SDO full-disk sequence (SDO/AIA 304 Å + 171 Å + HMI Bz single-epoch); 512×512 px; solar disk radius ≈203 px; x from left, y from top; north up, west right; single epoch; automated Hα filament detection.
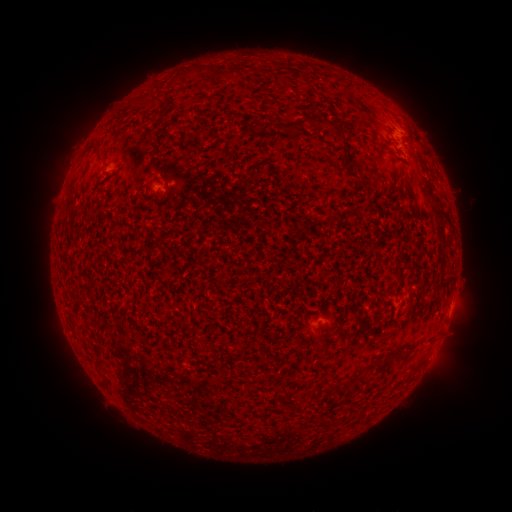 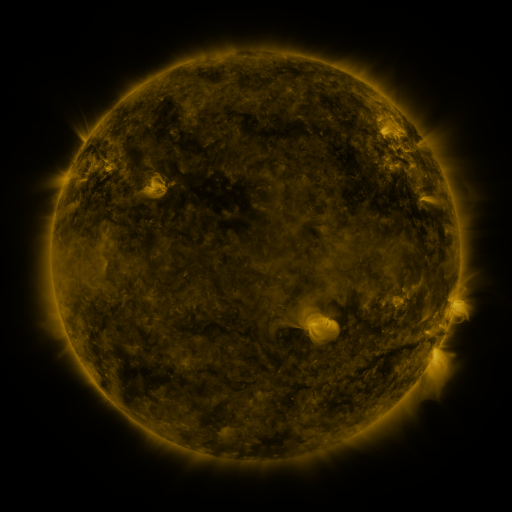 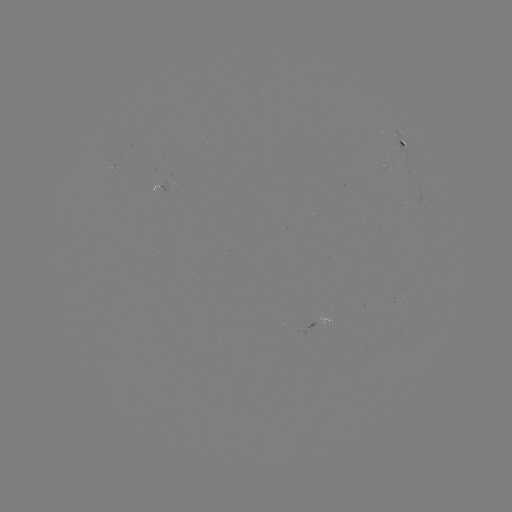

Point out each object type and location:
filament: (210, 74)
filament: (157, 100)
filament: (137, 104)
filament: (310, 120)
filament: (266, 127)
filament: (98, 149)
filament: (345, 159)
filament: (408, 184)
filament: (117, 217)
filament: (399, 355)
filament: (380, 361)
filament: (313, 394)
